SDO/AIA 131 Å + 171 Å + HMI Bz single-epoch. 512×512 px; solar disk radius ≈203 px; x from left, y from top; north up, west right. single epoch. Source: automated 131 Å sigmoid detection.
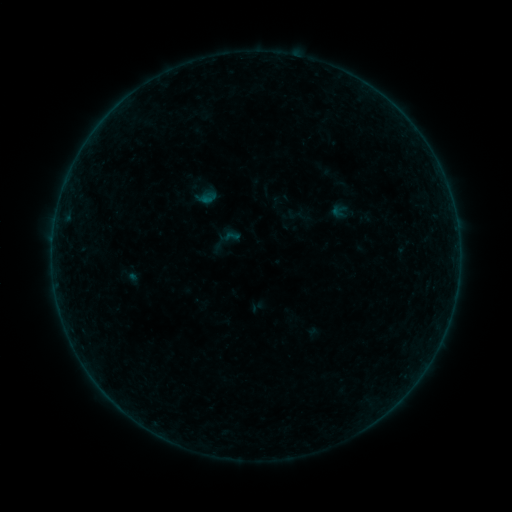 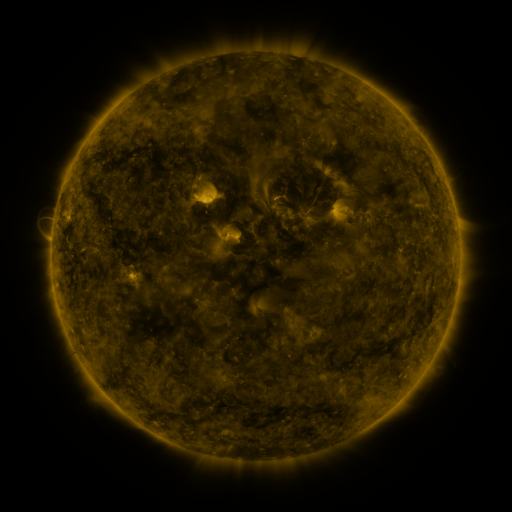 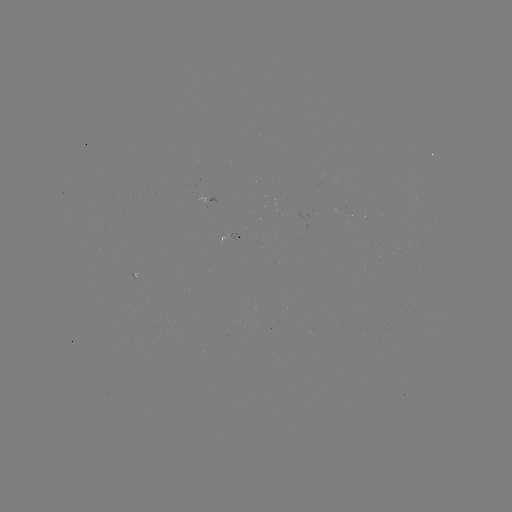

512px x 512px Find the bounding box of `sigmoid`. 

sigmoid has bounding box [219, 226, 241, 247].